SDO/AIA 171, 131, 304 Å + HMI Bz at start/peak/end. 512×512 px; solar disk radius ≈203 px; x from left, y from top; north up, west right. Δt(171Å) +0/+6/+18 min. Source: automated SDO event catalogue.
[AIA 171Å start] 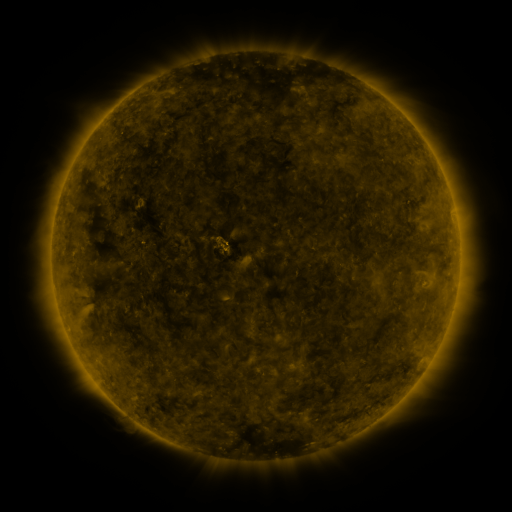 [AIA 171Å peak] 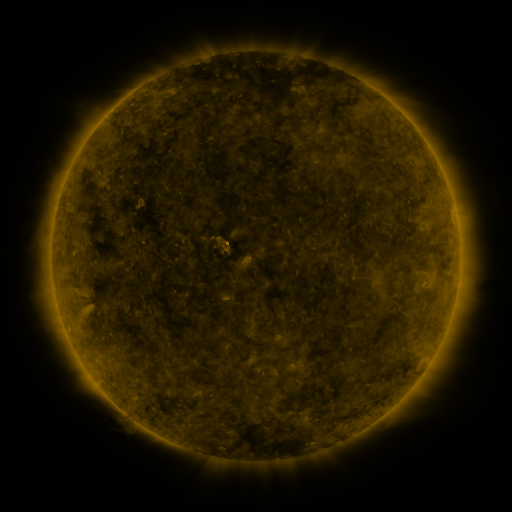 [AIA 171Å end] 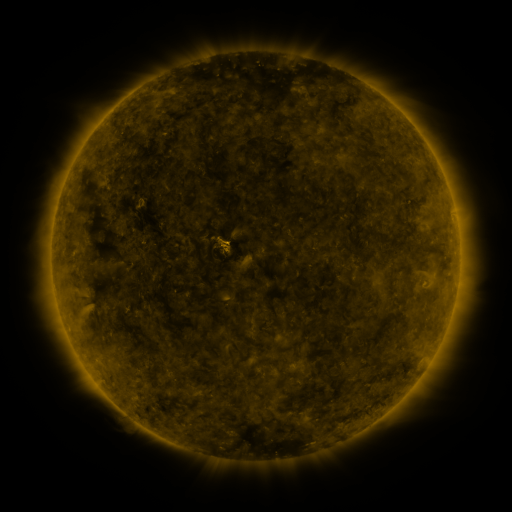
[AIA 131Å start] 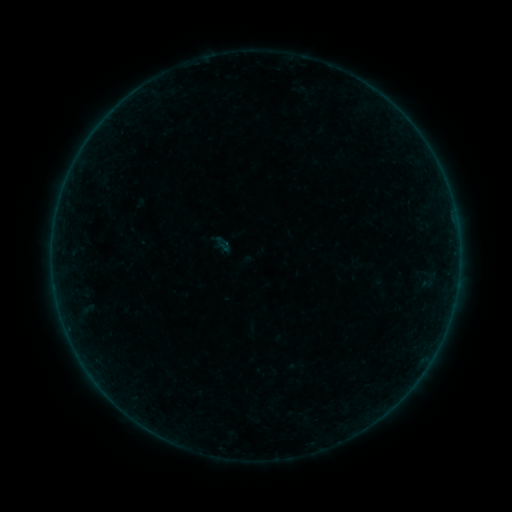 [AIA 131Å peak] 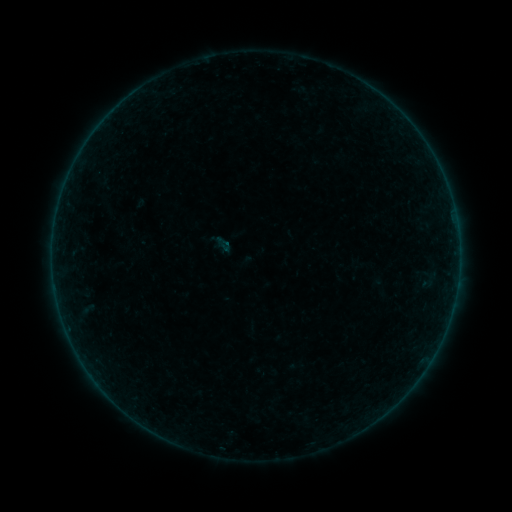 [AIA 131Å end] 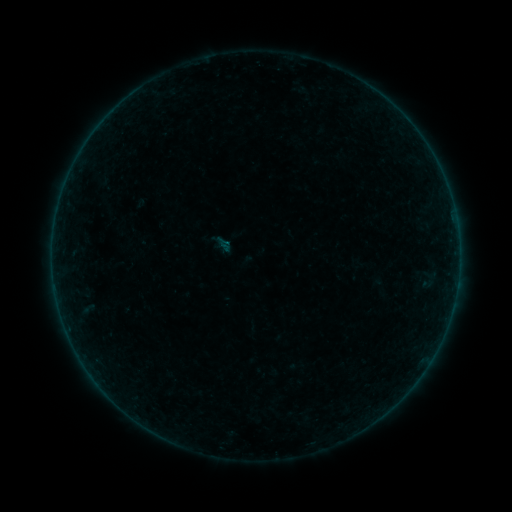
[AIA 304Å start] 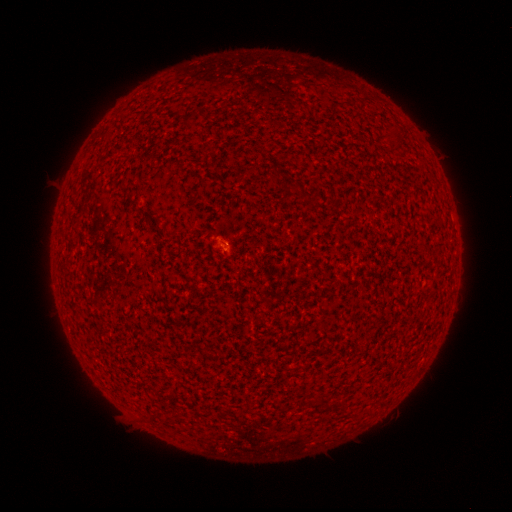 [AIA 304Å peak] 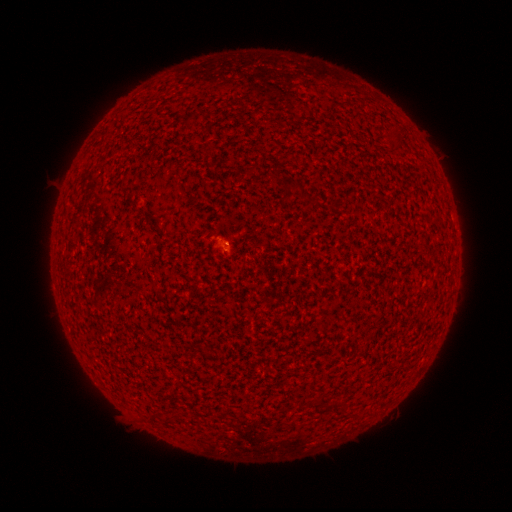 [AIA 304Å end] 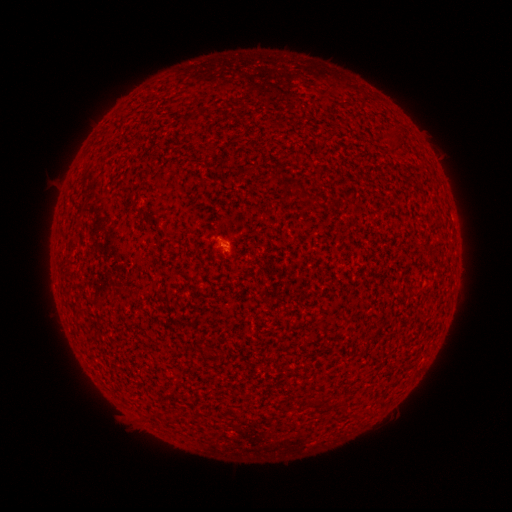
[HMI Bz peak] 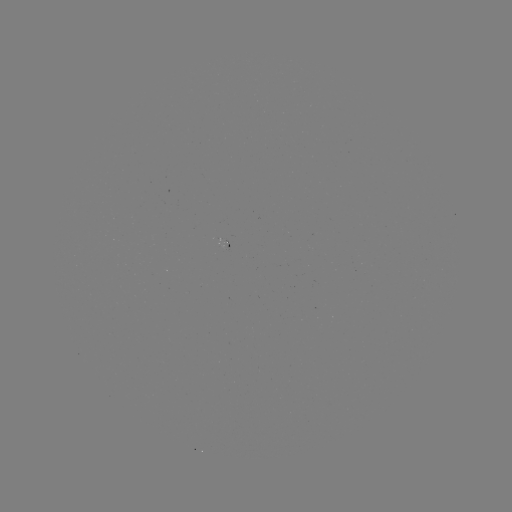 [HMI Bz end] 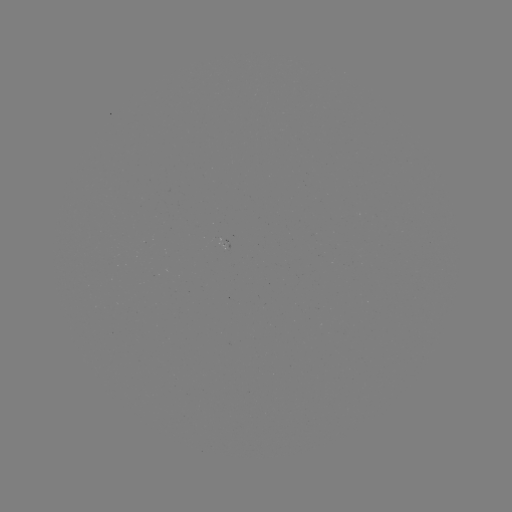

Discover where A6.3 flare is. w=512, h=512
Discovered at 227,244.